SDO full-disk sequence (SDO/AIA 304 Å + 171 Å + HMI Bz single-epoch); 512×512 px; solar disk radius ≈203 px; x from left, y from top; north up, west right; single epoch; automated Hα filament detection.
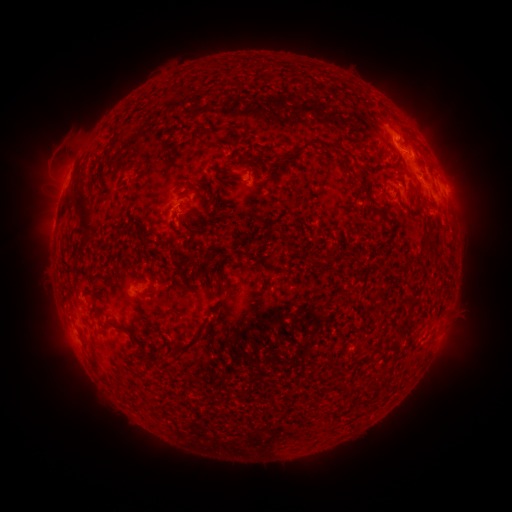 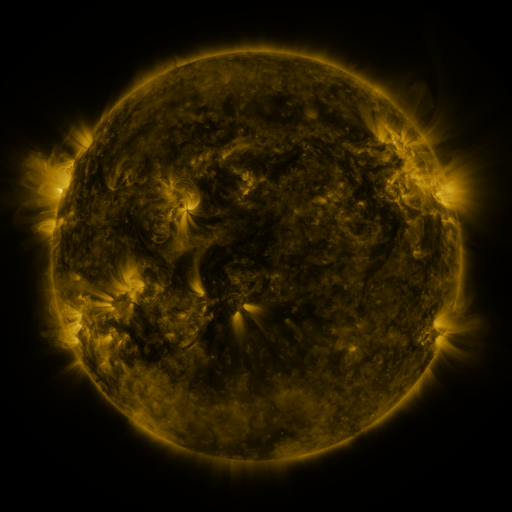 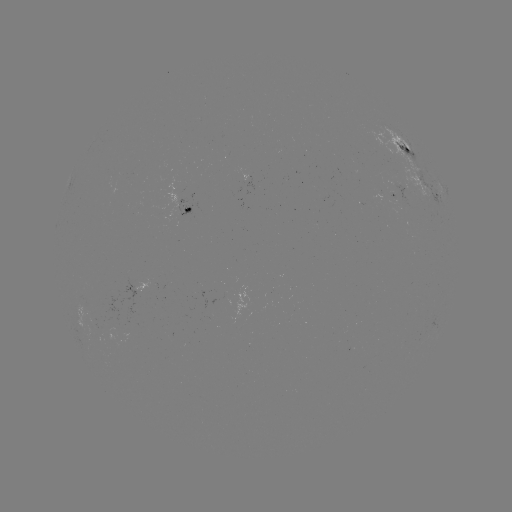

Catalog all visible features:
filament: (397, 122)
filament: (197, 137)
filament: (112, 144)
filament: (300, 150)
filament: (249, 170)
filament: (353, 176)
filament: (186, 187)
filament: (83, 210)
filament: (187, 210)
filament: (377, 213)
filament: (193, 232)
filament: (428, 239)
filament: (288, 243)
filament: (333, 258)
filament: (231, 261)
filament: (203, 274)
filament: (222, 277)
filament: (144, 294)
filament: (114, 325)
filament: (132, 339)
filament: (194, 341)
filament: (381, 375)
